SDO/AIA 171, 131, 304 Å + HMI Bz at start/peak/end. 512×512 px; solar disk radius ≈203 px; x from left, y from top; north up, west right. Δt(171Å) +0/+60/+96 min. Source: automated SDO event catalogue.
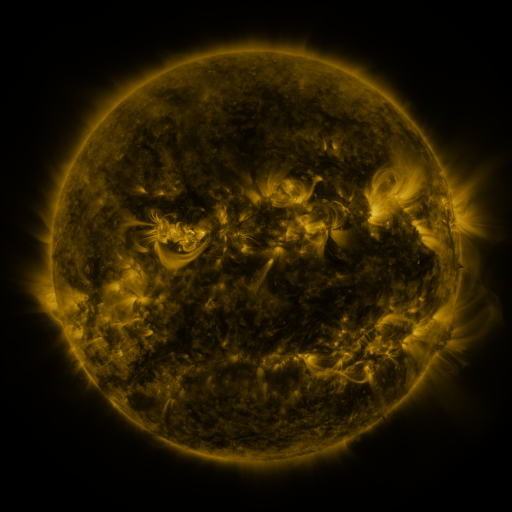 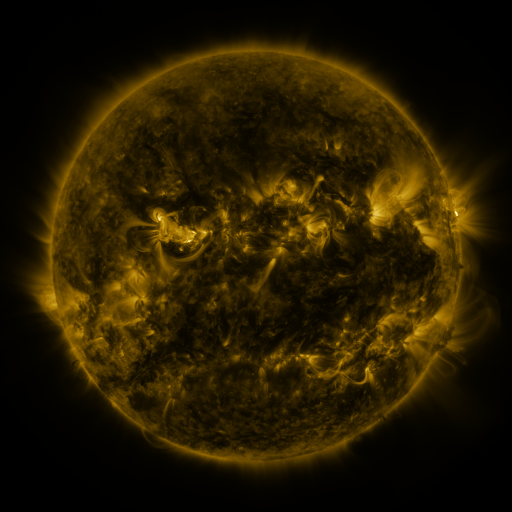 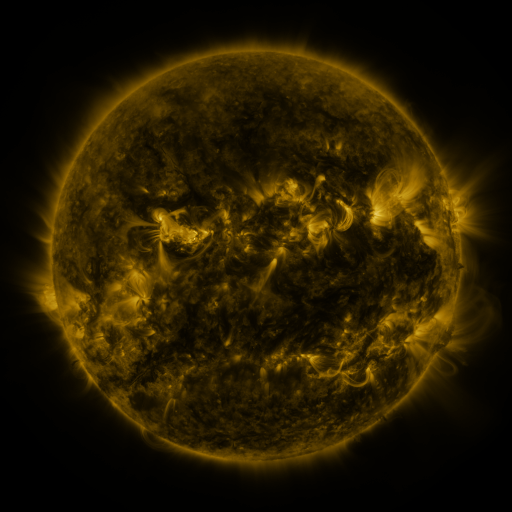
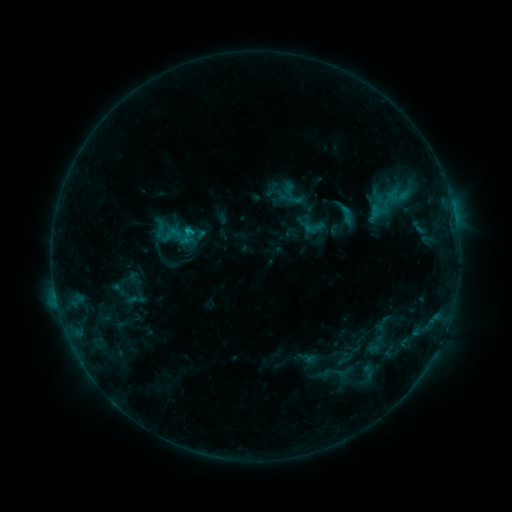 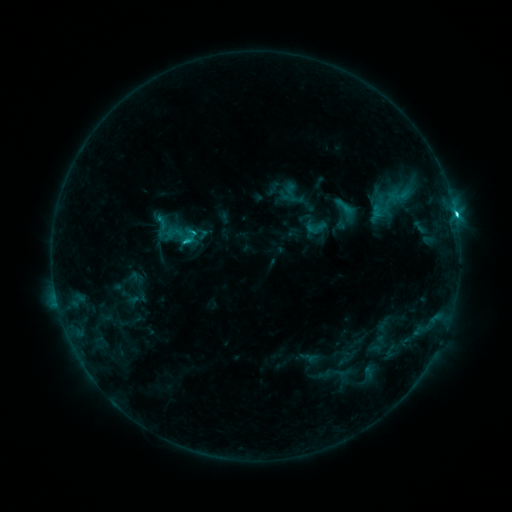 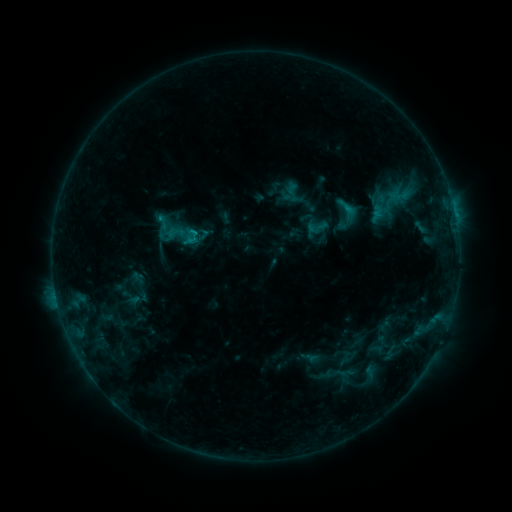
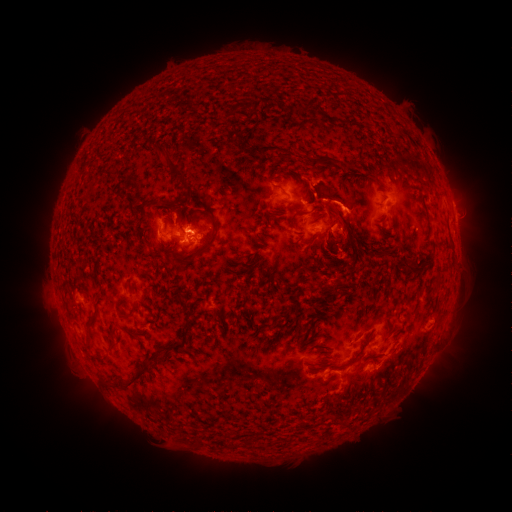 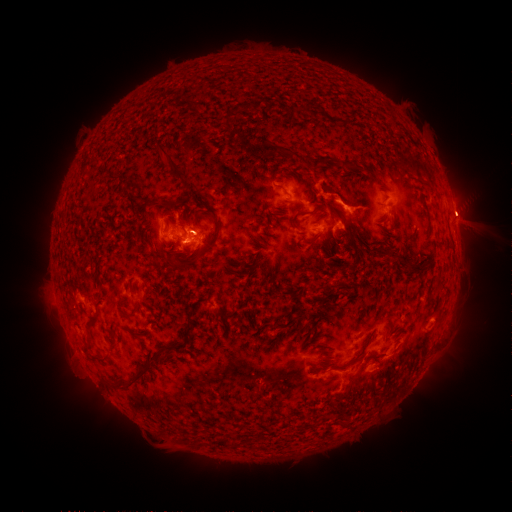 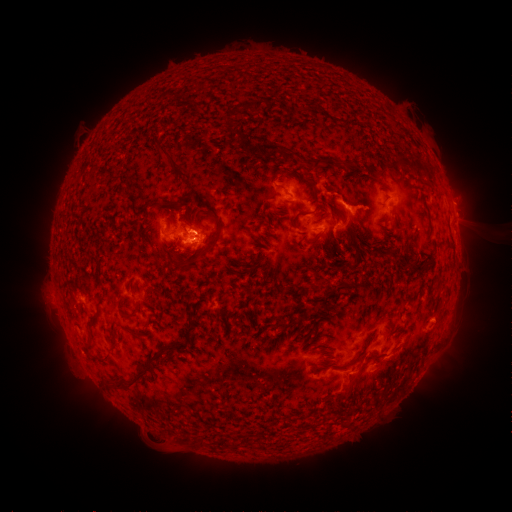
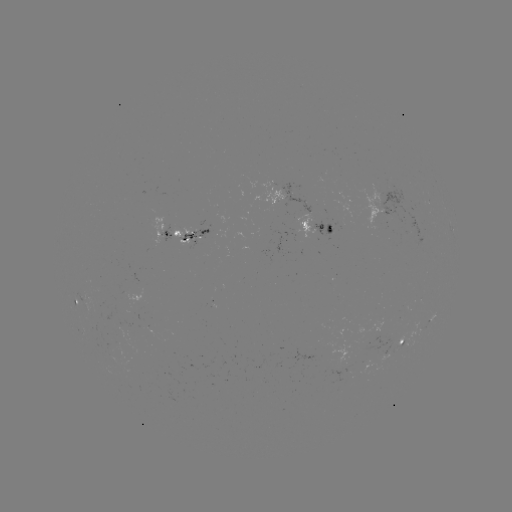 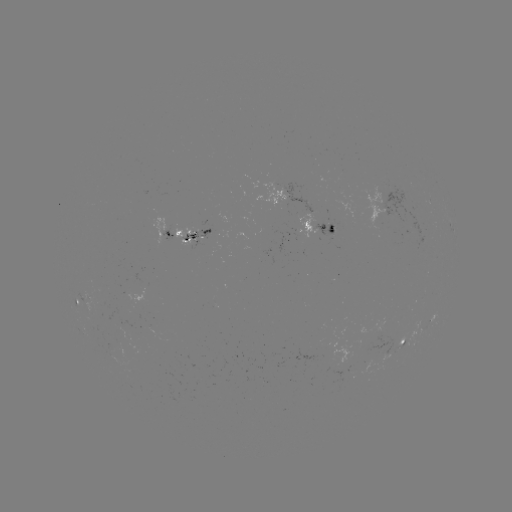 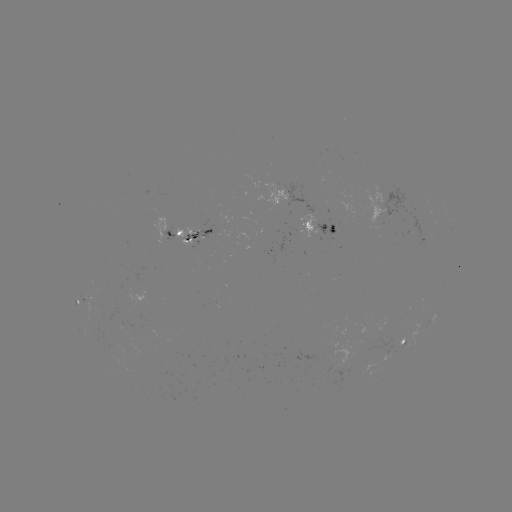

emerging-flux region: [105, 338, 121, 352]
